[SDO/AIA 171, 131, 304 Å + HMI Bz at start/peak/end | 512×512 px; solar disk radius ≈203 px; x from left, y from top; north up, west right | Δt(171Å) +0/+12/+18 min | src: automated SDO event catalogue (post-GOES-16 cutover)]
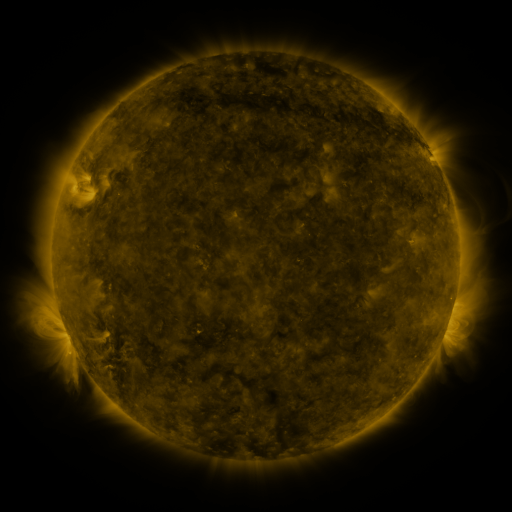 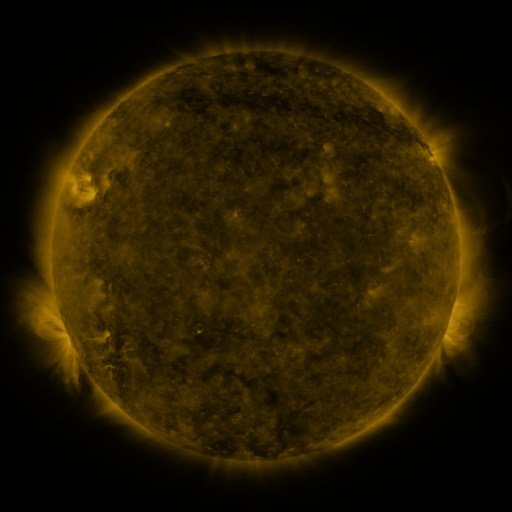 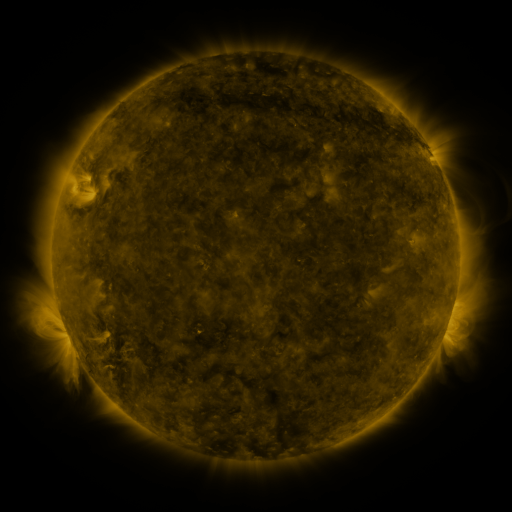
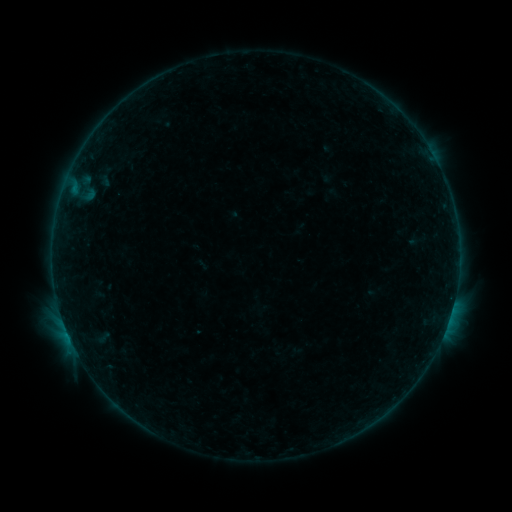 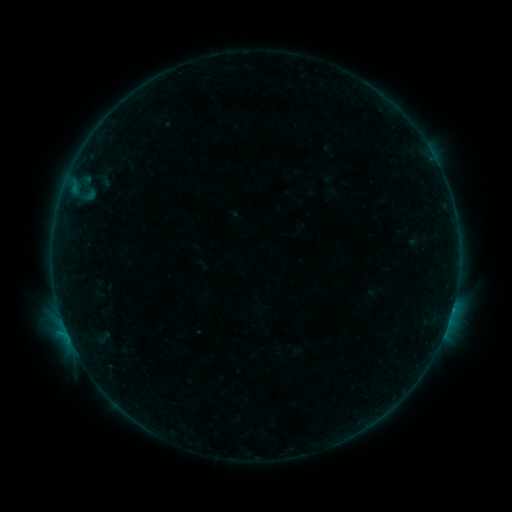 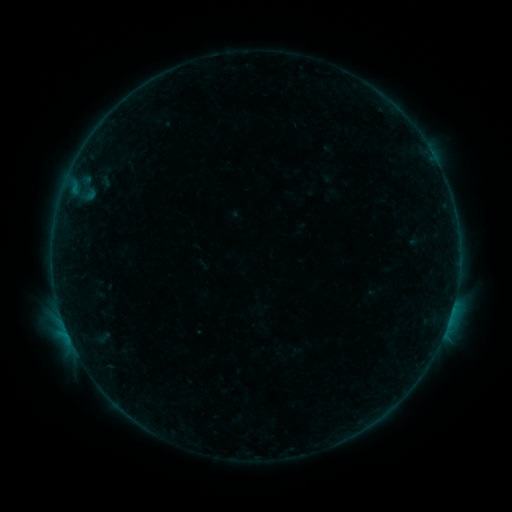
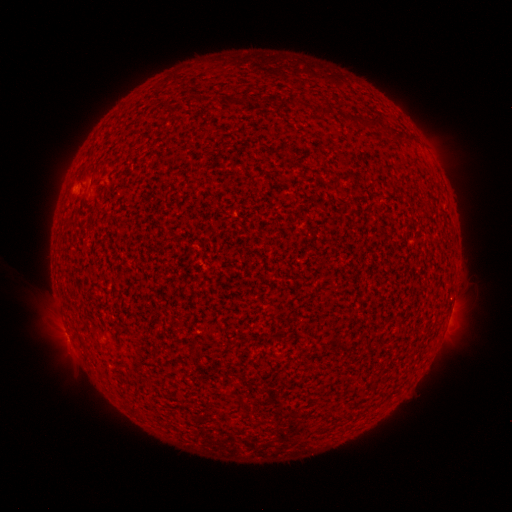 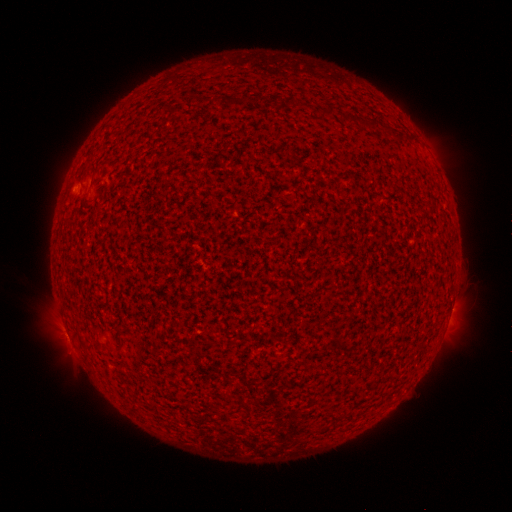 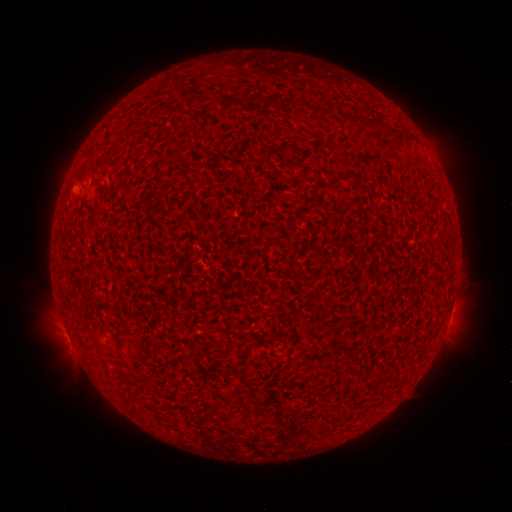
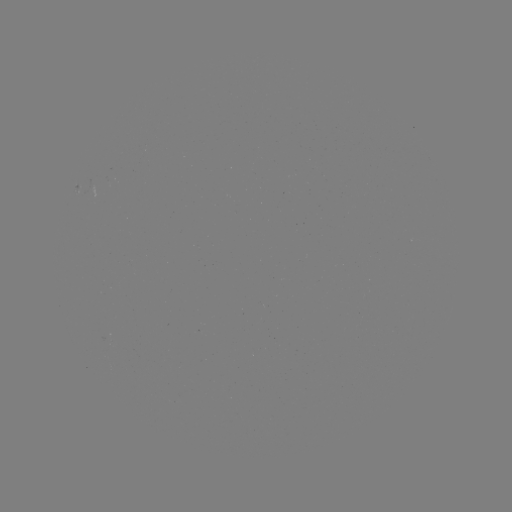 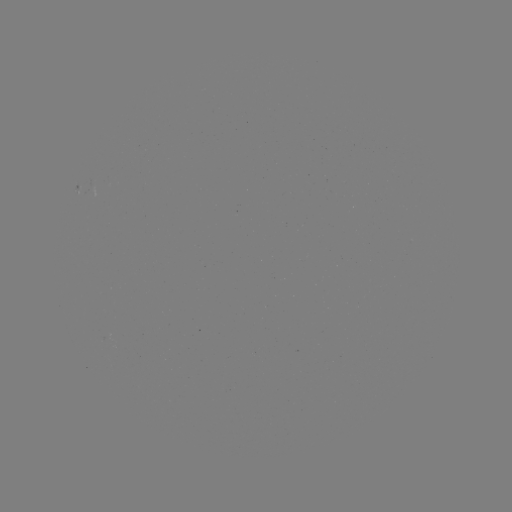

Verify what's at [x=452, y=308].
B4.5 flare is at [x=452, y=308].